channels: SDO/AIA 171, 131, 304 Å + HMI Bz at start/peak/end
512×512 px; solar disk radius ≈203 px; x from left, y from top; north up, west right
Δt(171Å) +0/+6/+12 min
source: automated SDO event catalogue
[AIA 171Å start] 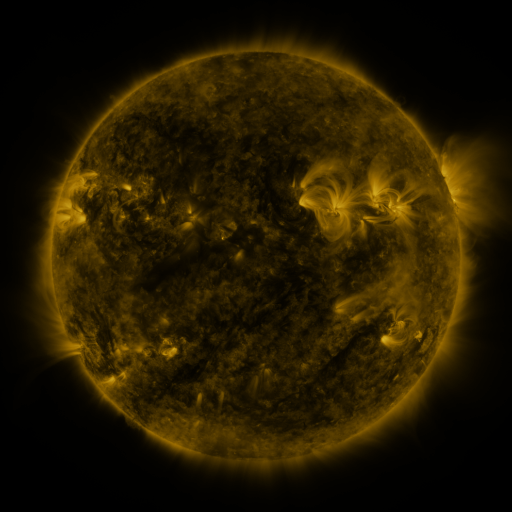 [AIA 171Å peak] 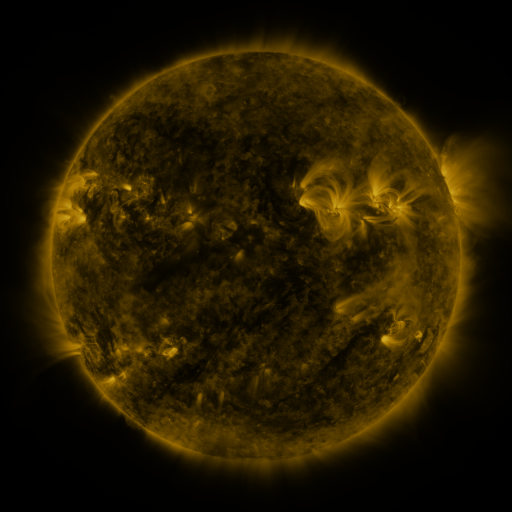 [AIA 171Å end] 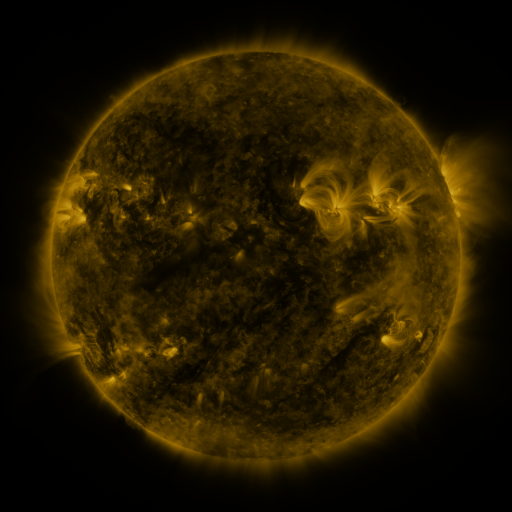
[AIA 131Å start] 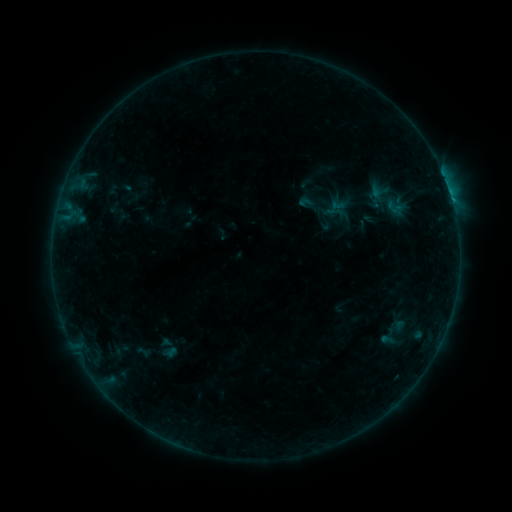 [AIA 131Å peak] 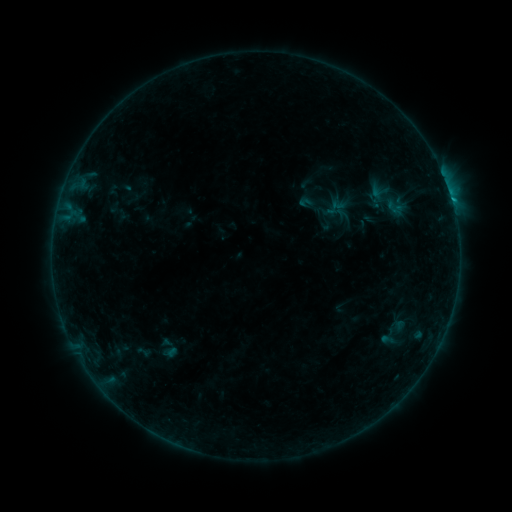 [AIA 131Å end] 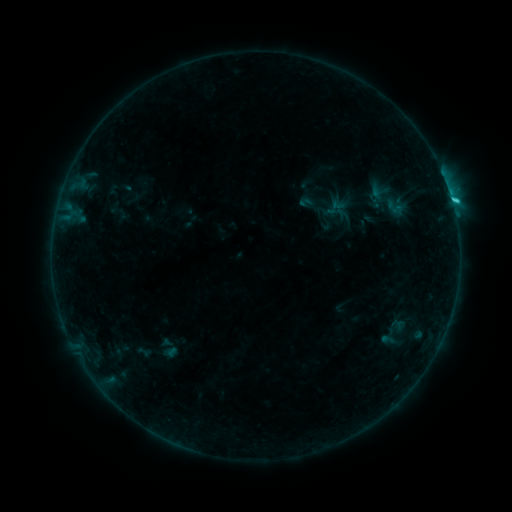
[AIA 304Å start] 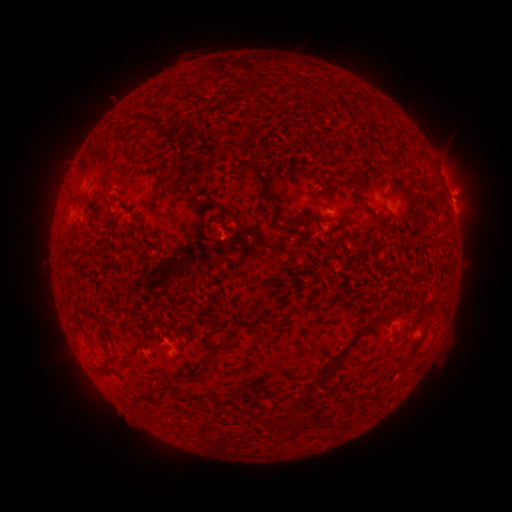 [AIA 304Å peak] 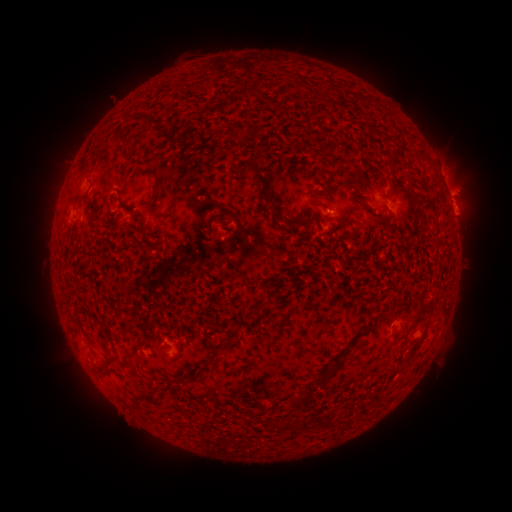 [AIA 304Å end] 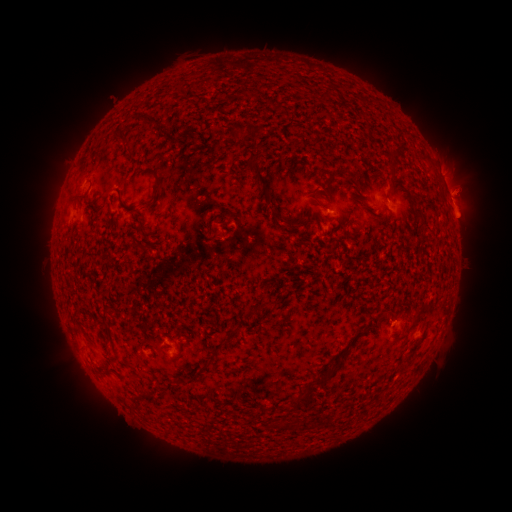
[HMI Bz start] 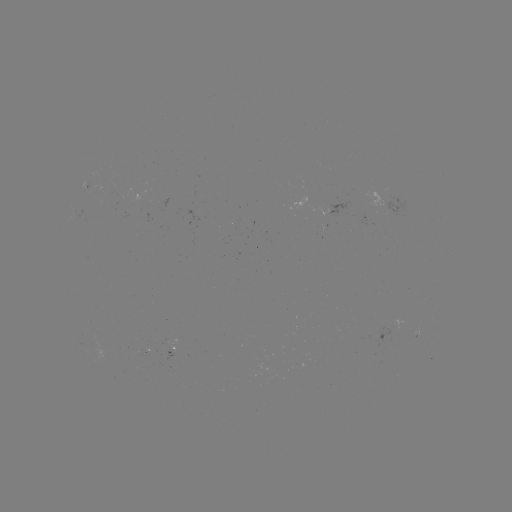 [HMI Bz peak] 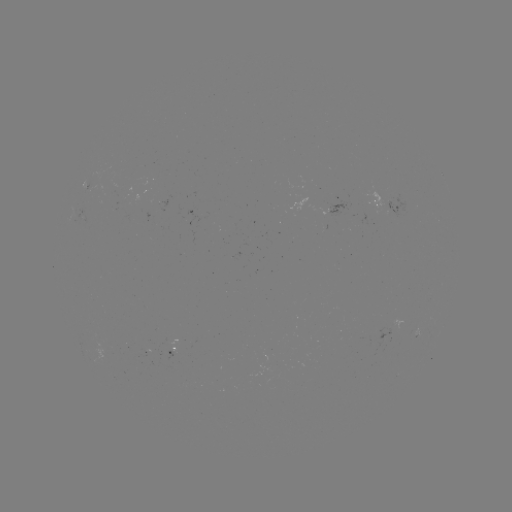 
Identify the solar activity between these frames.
eruption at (463, 217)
